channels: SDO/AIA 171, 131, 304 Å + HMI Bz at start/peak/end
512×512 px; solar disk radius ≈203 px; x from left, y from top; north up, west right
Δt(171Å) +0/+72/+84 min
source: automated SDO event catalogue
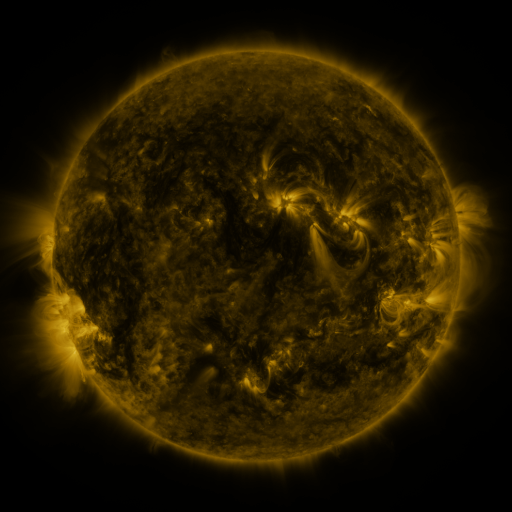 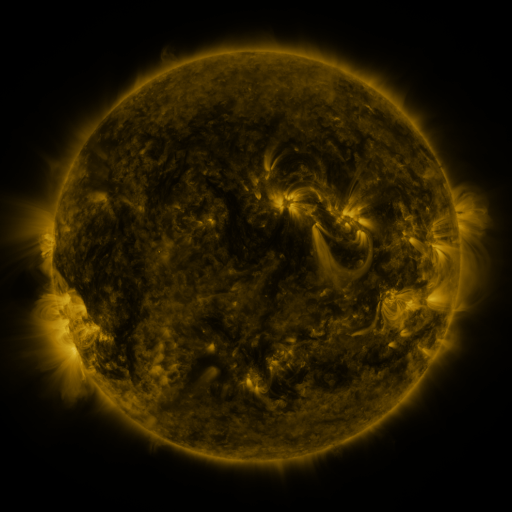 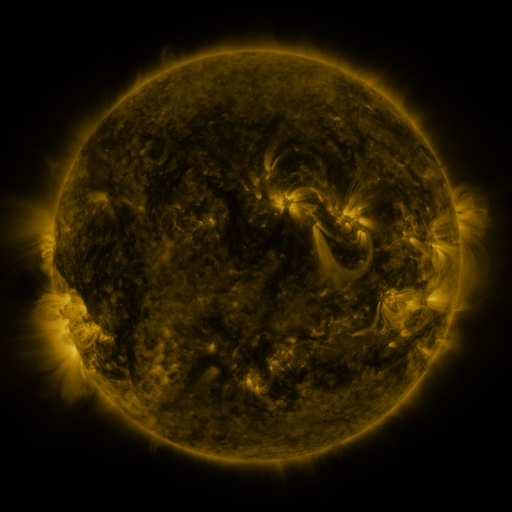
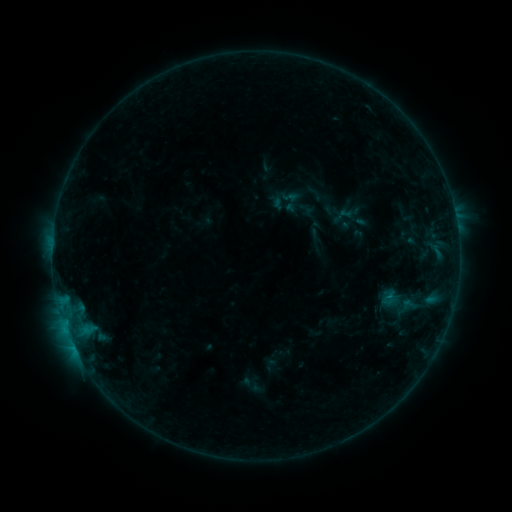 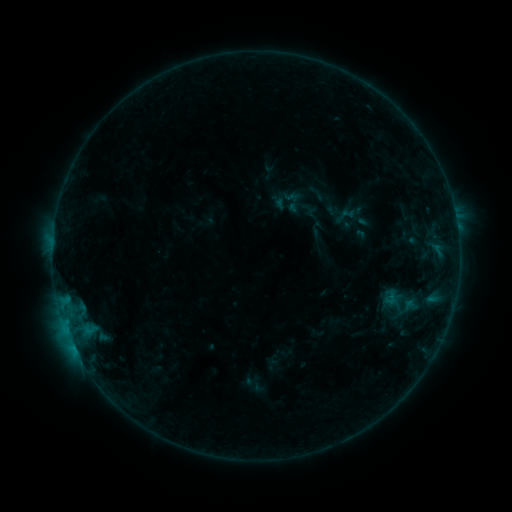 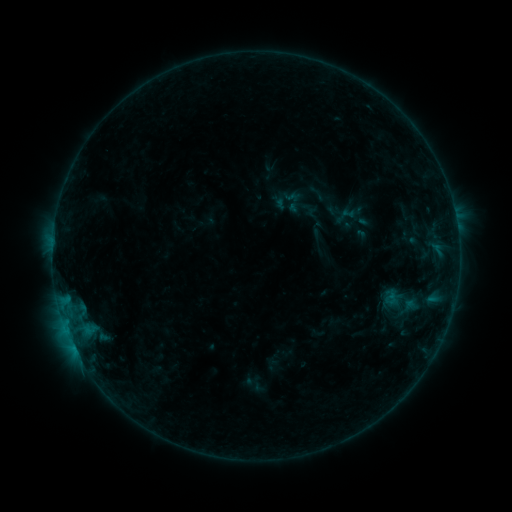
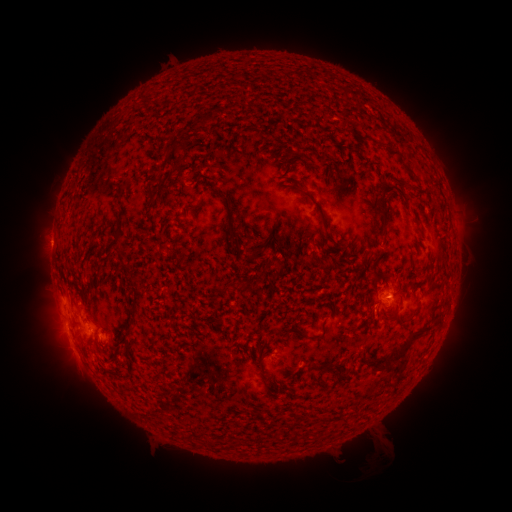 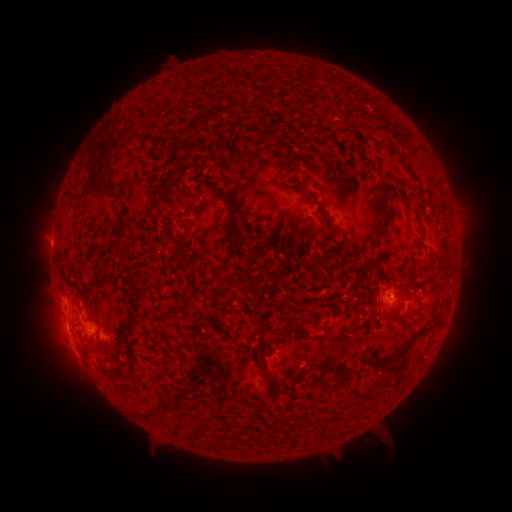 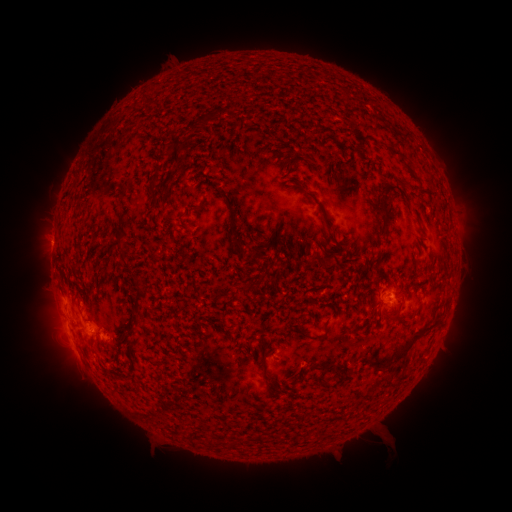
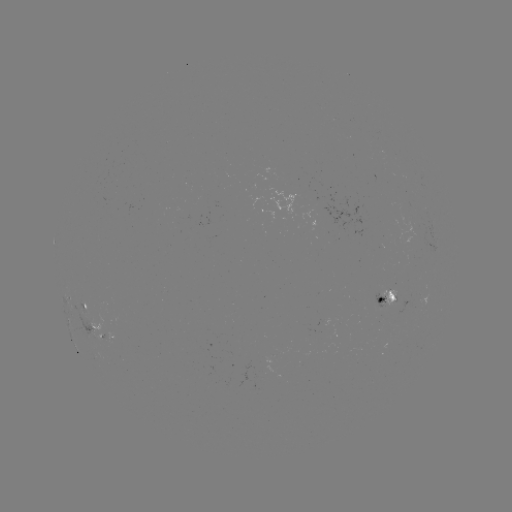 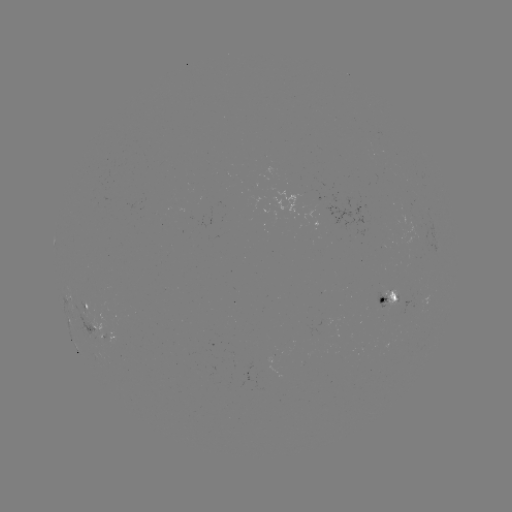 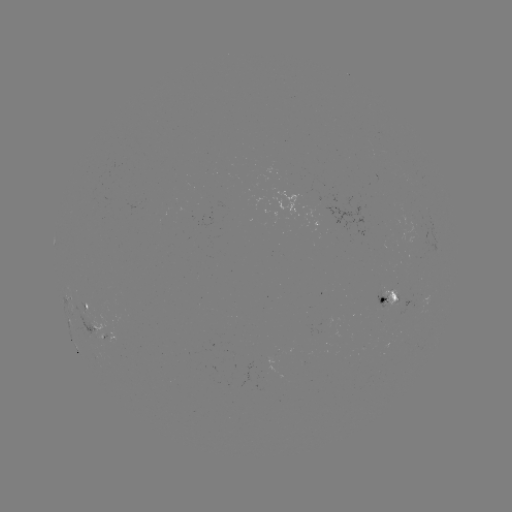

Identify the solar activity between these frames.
emerging-flux region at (383, 301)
